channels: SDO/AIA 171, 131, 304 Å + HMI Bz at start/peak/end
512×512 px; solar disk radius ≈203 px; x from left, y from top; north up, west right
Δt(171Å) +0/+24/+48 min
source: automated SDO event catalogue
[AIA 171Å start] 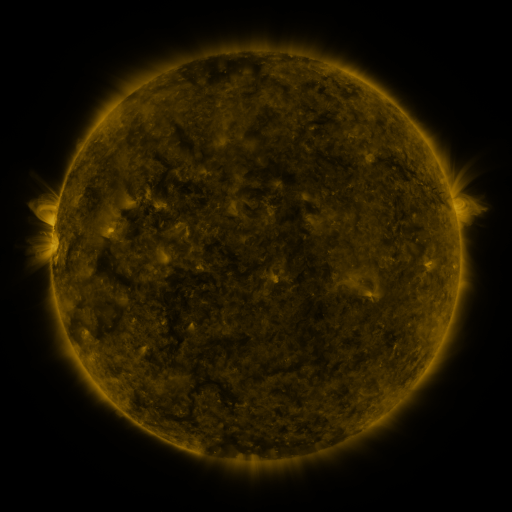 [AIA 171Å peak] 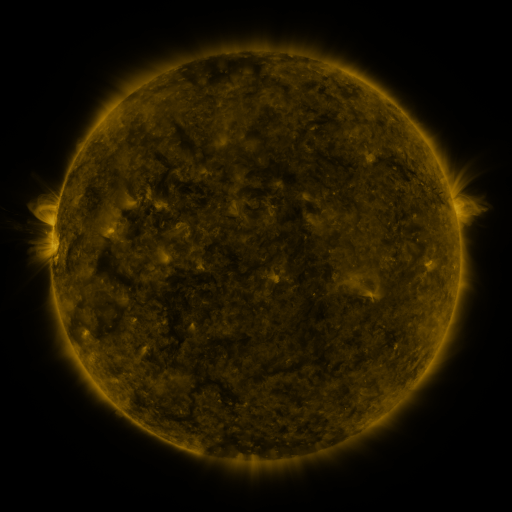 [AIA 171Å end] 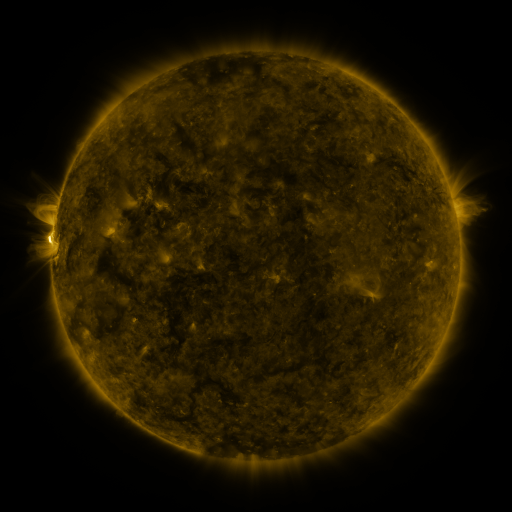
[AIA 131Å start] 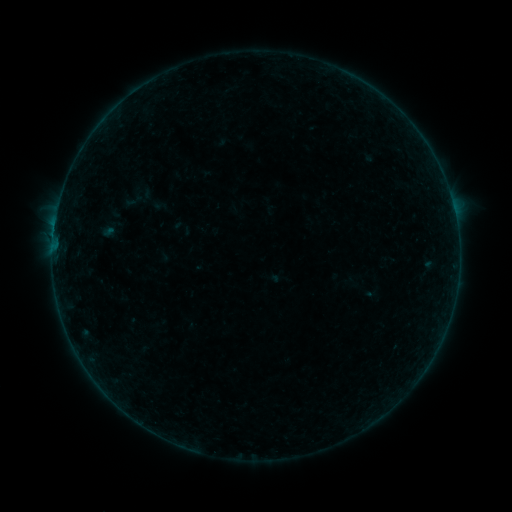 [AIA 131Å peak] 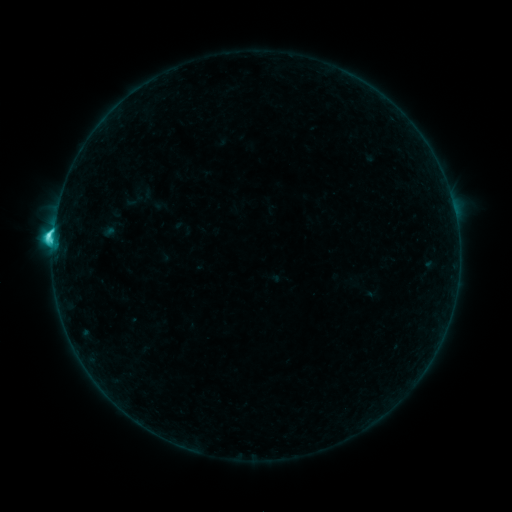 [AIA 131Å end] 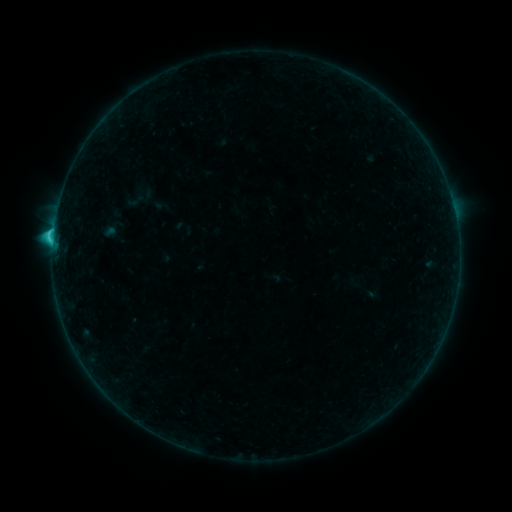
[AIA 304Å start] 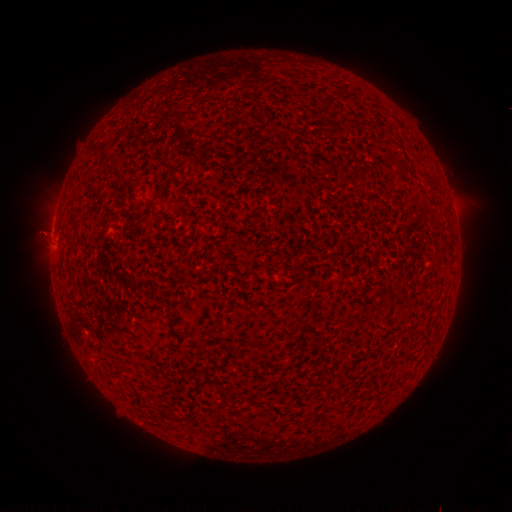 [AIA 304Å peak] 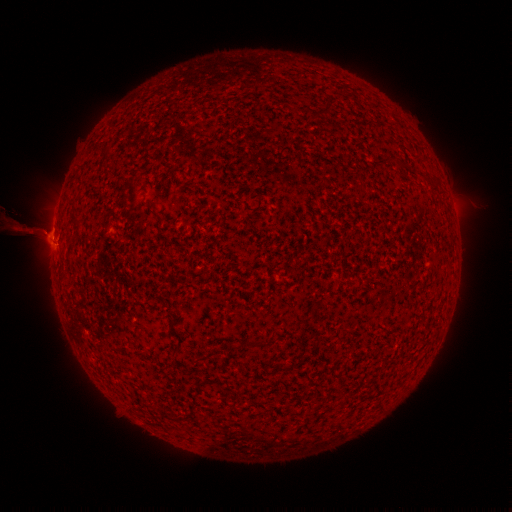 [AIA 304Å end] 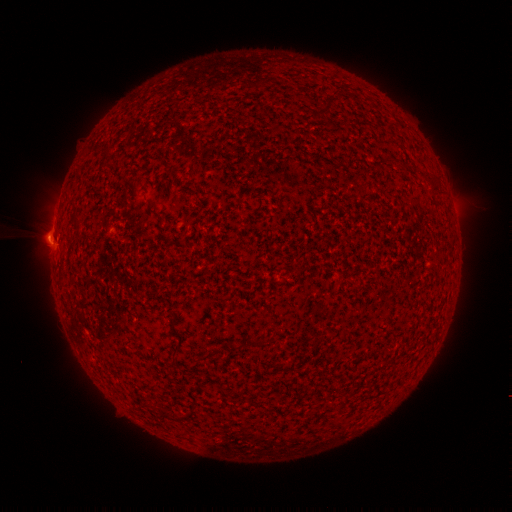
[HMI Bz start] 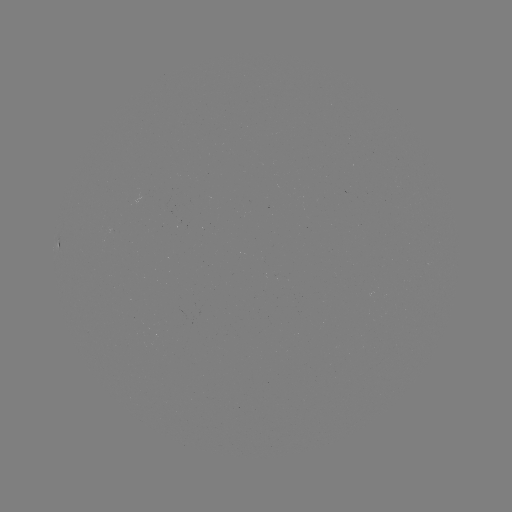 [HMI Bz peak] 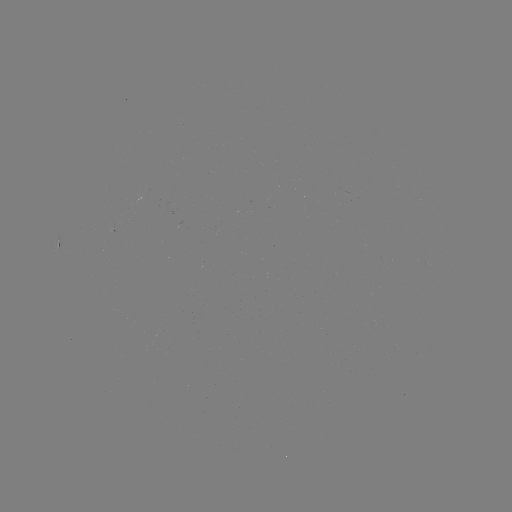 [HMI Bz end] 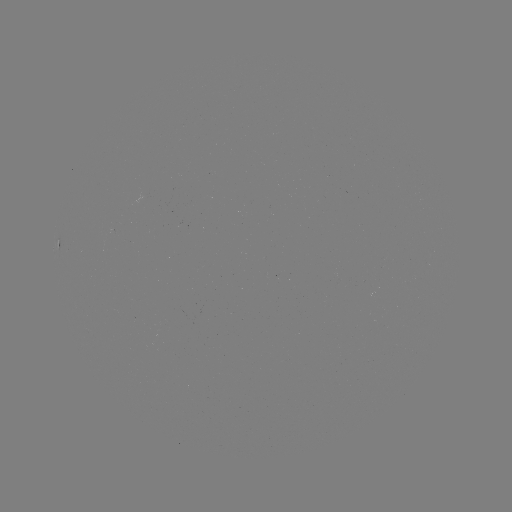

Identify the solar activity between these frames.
C3.8 flare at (53, 238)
